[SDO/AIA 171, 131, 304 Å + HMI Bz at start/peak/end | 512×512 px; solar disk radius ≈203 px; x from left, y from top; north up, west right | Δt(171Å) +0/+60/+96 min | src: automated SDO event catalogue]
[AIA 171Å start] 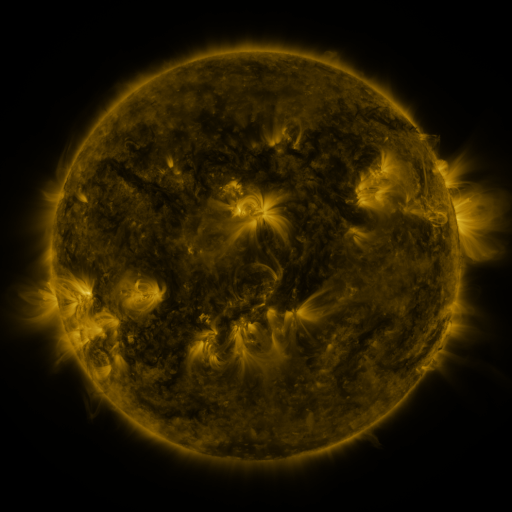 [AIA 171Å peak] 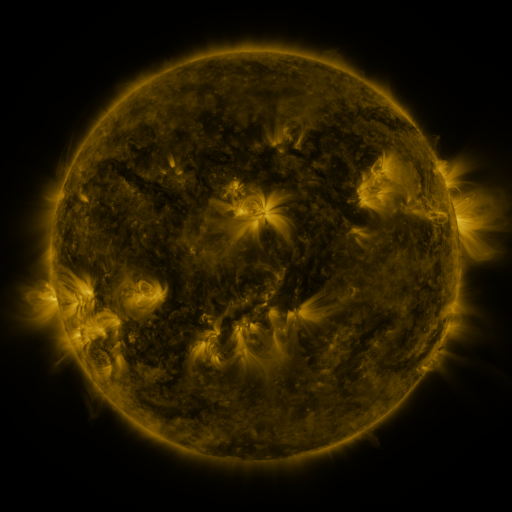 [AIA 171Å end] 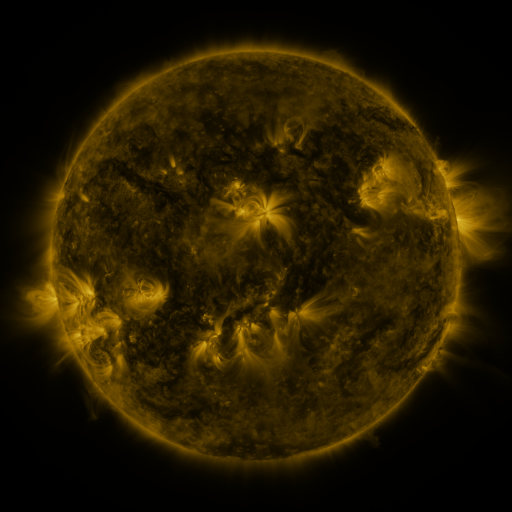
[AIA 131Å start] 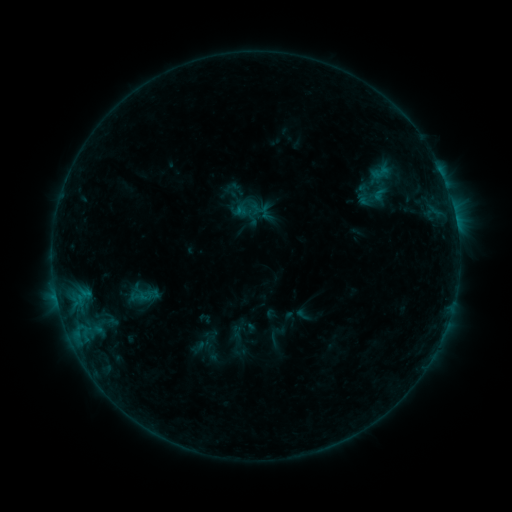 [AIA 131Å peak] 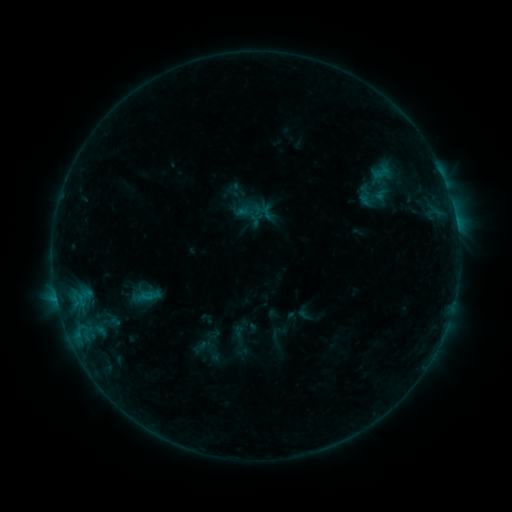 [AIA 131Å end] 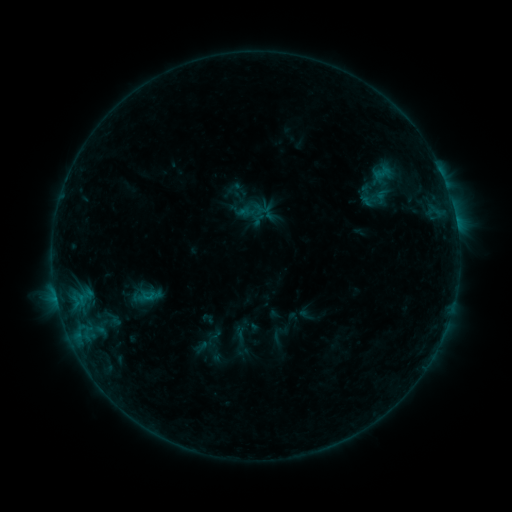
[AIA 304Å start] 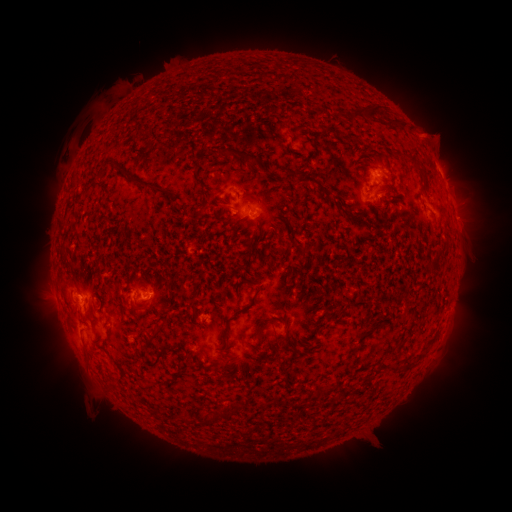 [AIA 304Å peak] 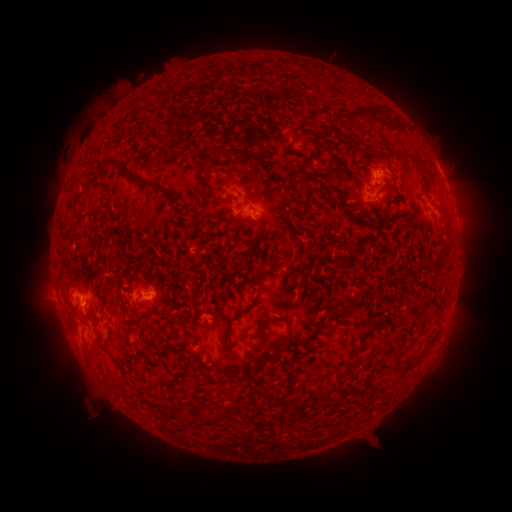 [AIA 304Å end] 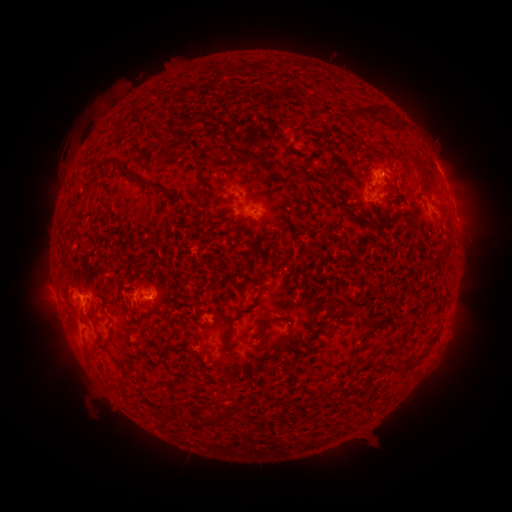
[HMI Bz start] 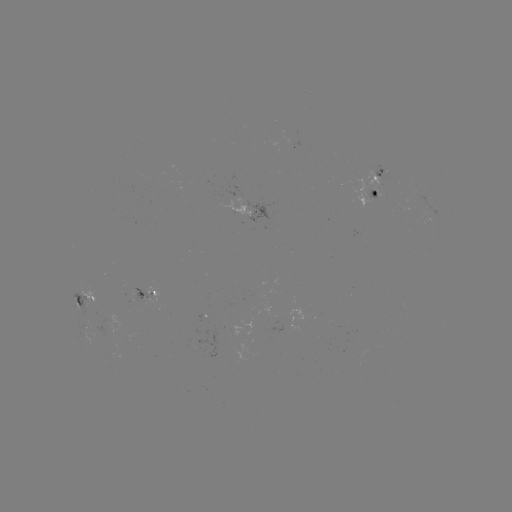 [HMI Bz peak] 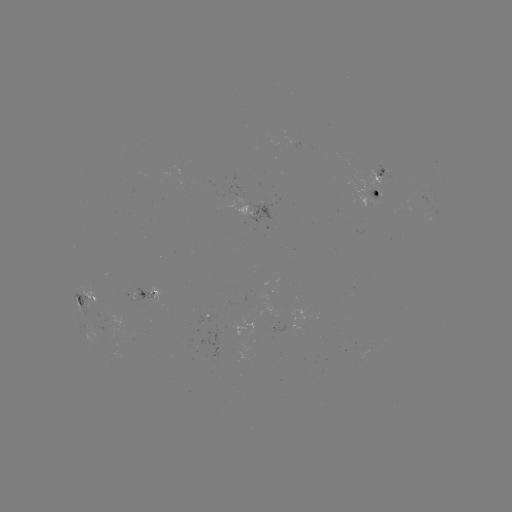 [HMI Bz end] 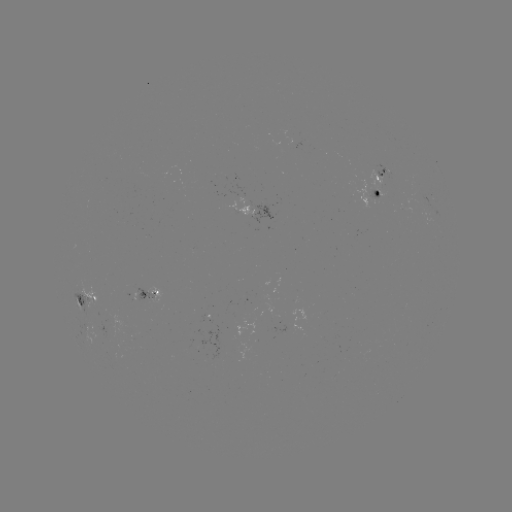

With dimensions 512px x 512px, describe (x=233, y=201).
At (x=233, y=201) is emerging-flux region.